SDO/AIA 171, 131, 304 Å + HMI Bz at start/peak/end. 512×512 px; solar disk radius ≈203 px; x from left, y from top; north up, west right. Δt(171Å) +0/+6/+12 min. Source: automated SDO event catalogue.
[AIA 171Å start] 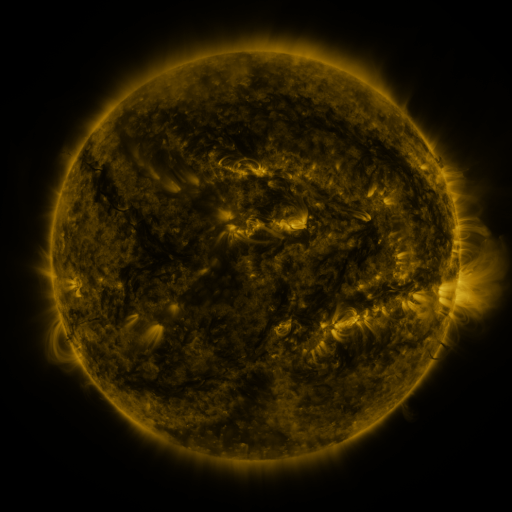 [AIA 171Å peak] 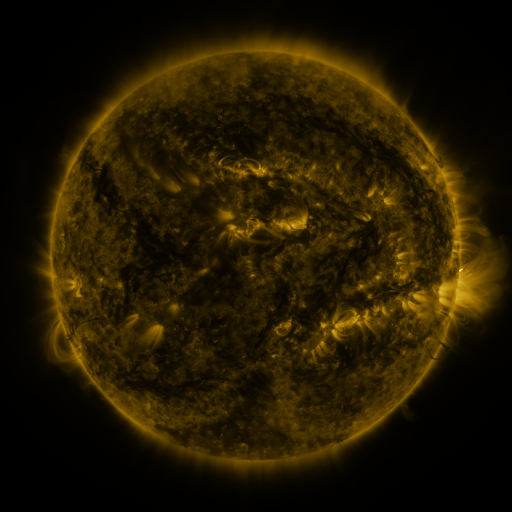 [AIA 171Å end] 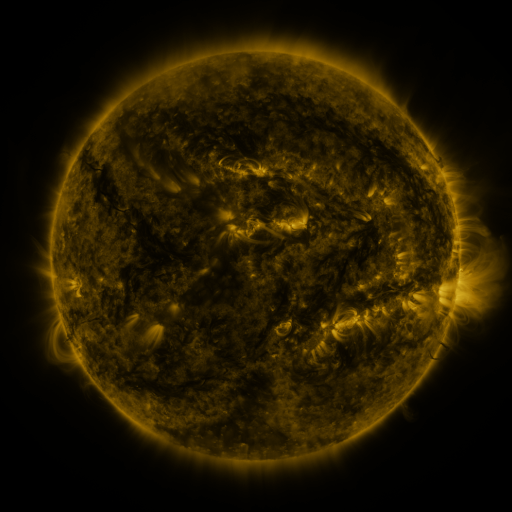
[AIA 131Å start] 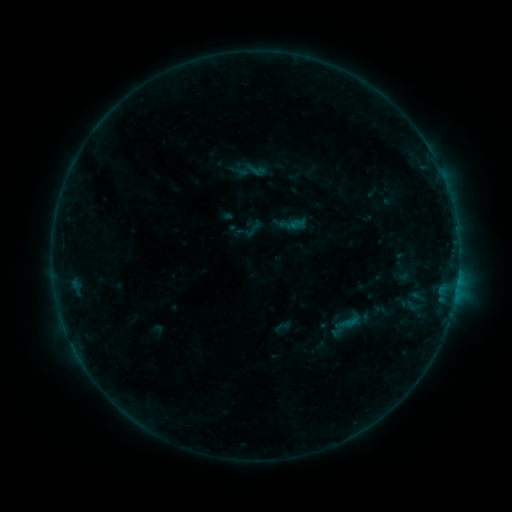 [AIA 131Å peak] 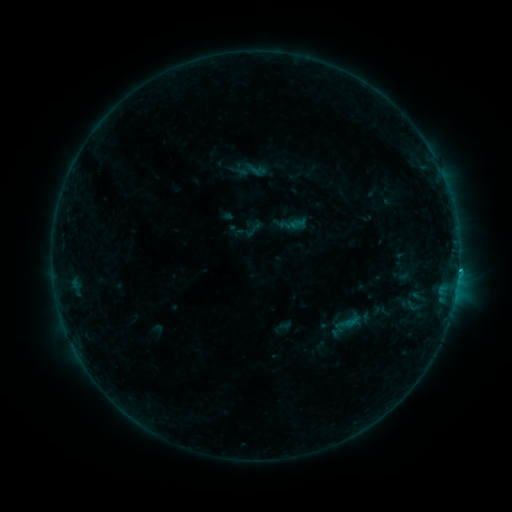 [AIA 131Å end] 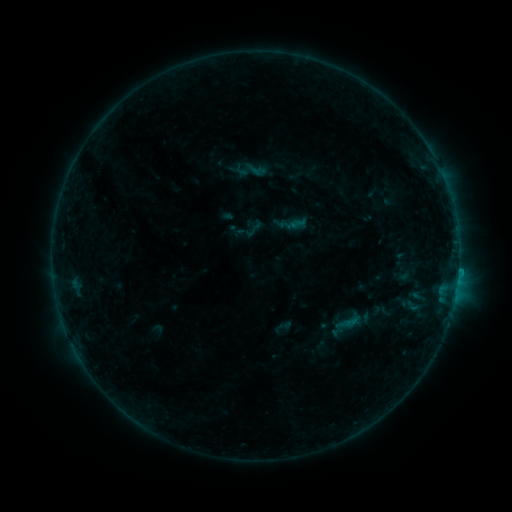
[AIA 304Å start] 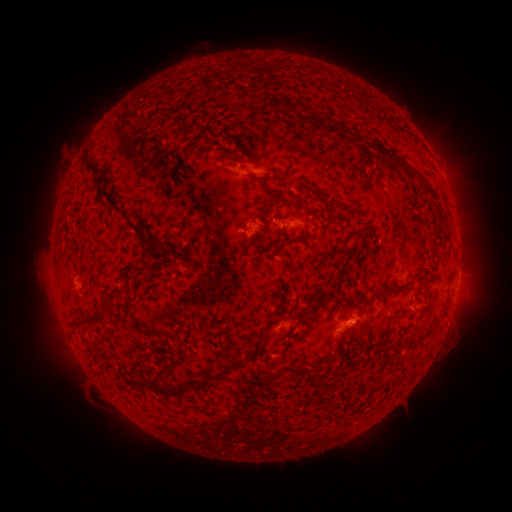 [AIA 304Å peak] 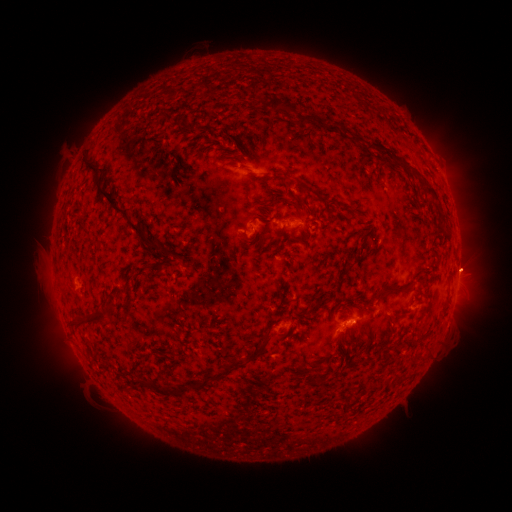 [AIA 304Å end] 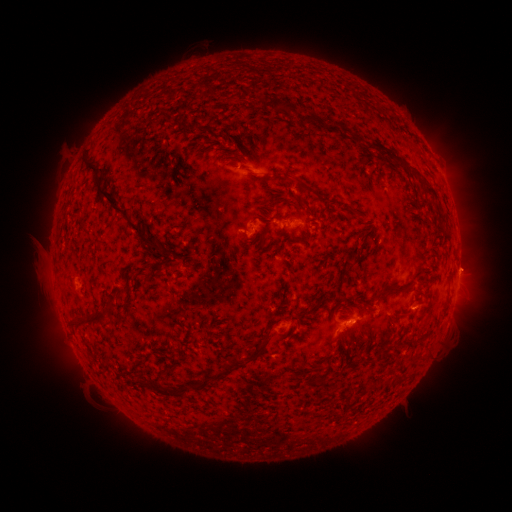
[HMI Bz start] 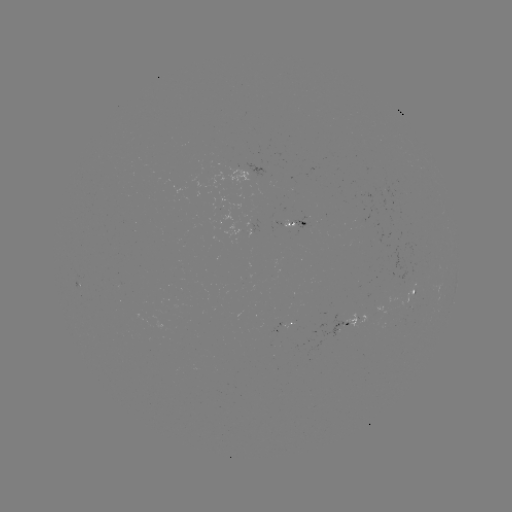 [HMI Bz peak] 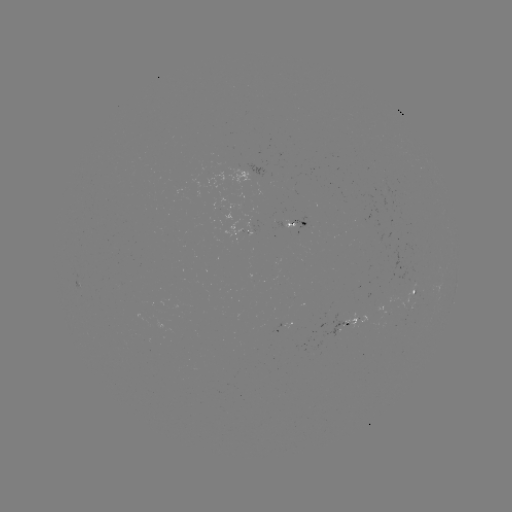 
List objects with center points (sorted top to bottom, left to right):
B4.9 flare: (351, 320)
